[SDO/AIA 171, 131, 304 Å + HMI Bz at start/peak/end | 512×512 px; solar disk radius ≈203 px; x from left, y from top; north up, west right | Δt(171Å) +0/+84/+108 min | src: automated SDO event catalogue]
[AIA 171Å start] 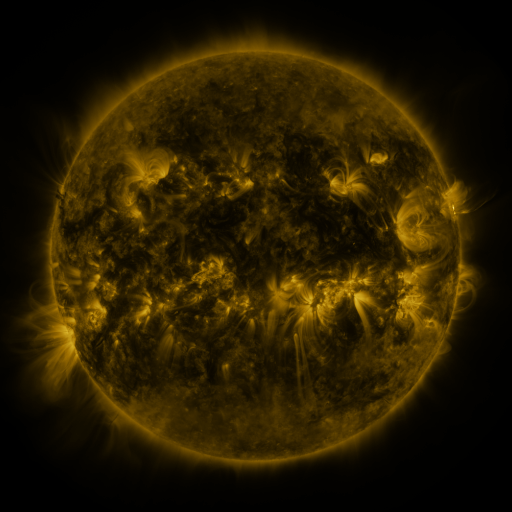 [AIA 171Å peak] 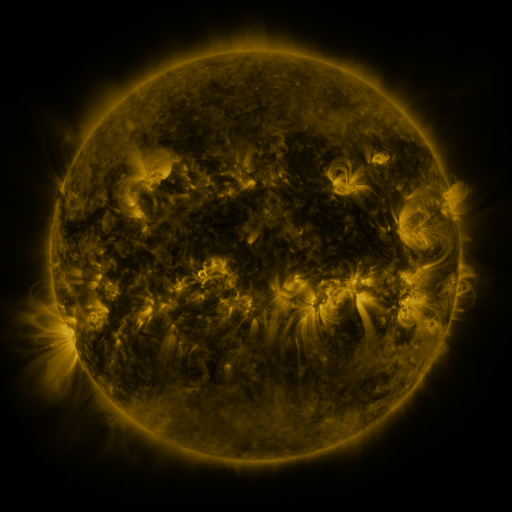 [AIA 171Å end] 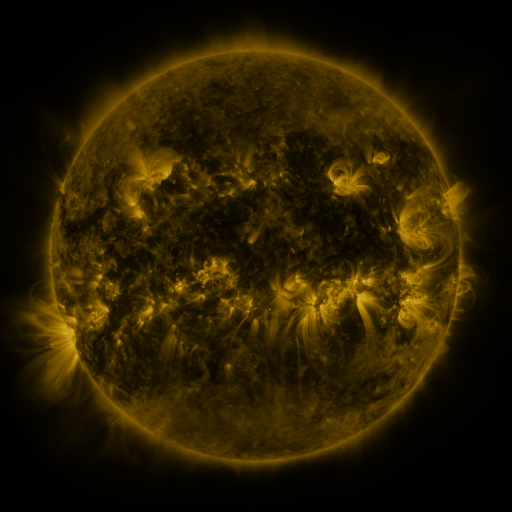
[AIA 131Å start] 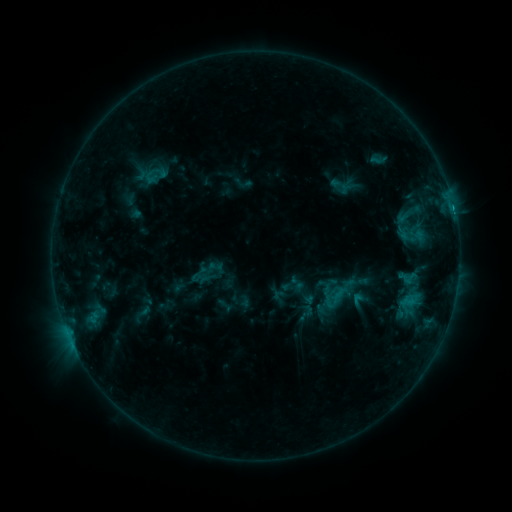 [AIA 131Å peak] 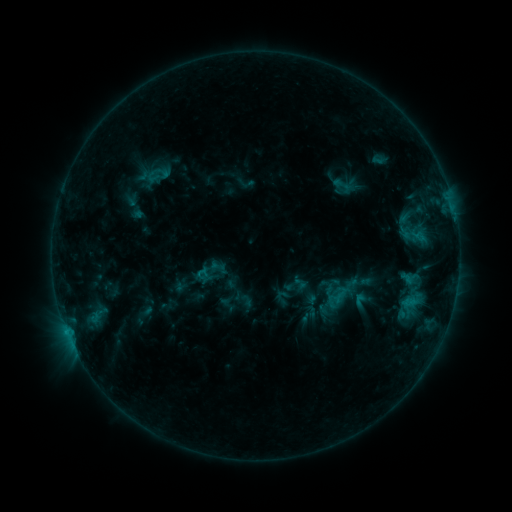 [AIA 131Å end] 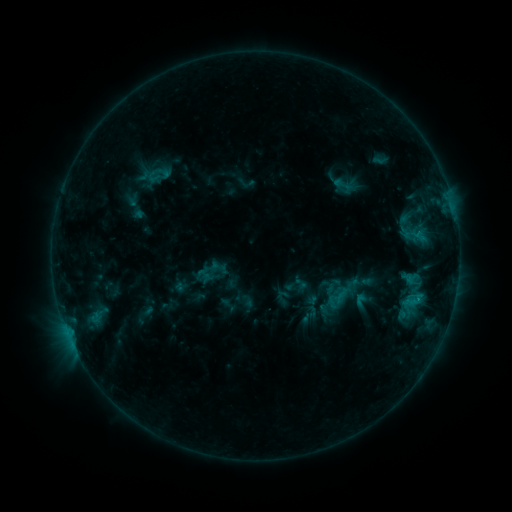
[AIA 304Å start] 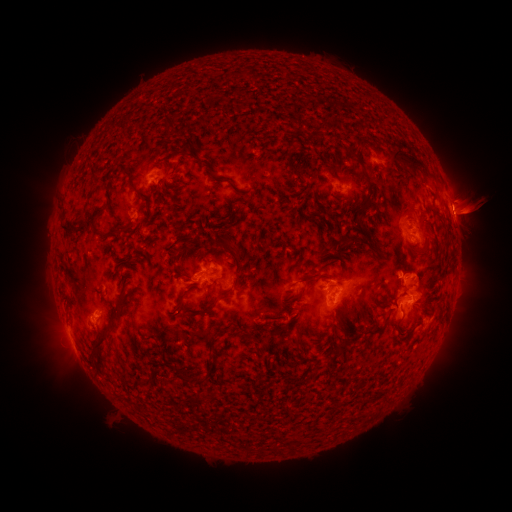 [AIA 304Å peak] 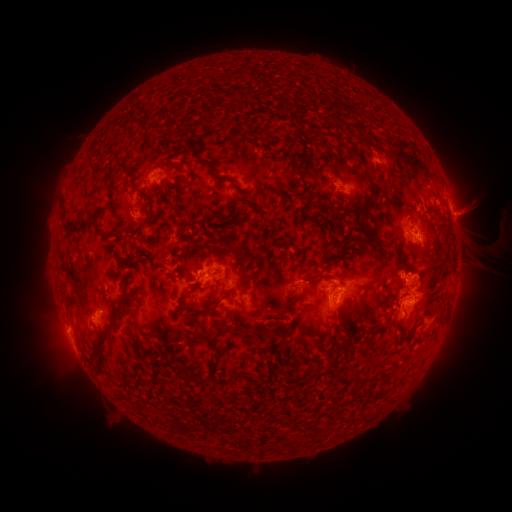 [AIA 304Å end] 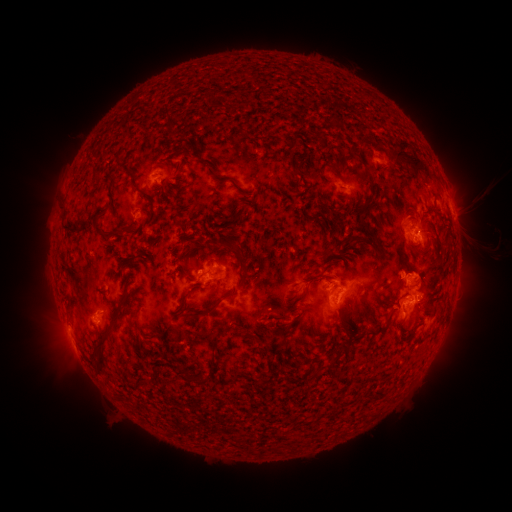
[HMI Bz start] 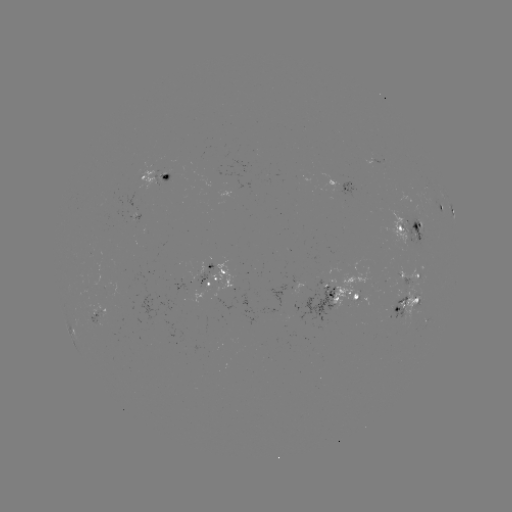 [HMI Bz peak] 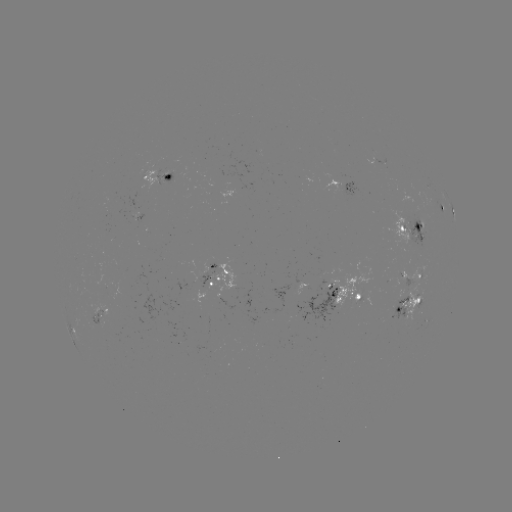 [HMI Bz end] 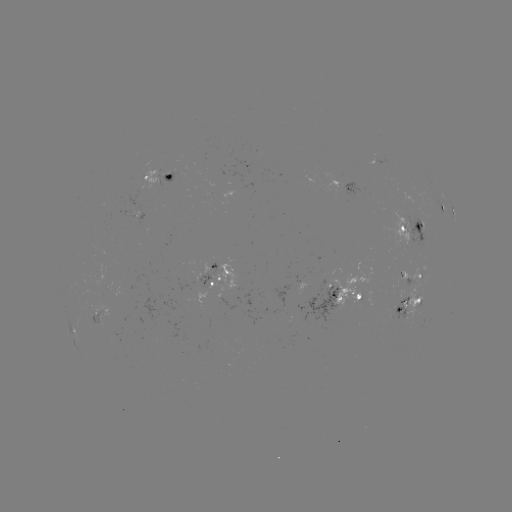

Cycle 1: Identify emerging-flux region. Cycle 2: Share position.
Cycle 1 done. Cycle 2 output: [416, 285].